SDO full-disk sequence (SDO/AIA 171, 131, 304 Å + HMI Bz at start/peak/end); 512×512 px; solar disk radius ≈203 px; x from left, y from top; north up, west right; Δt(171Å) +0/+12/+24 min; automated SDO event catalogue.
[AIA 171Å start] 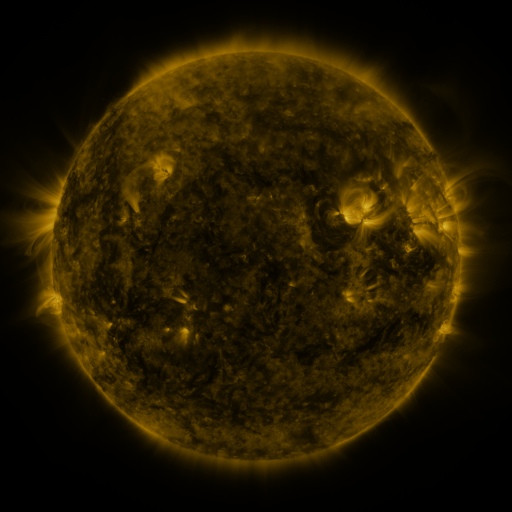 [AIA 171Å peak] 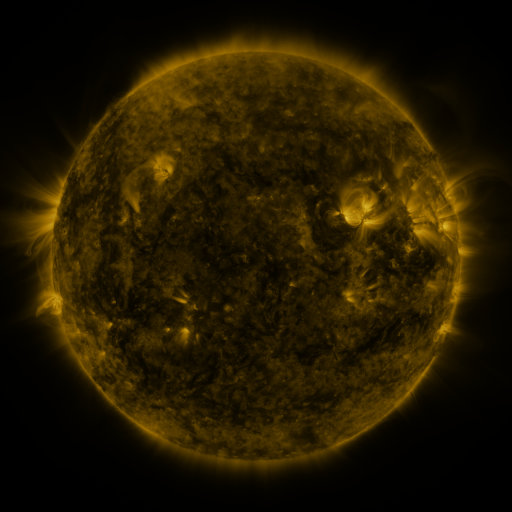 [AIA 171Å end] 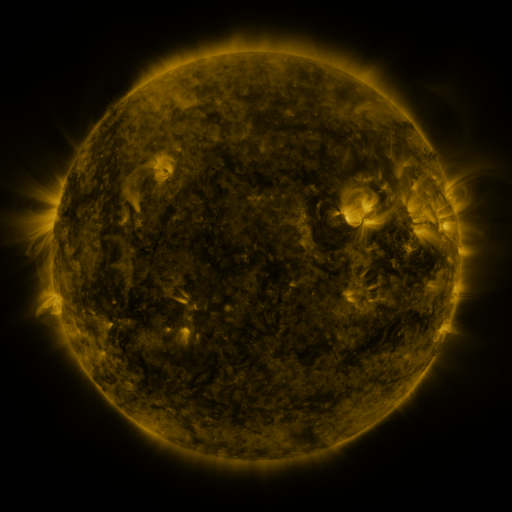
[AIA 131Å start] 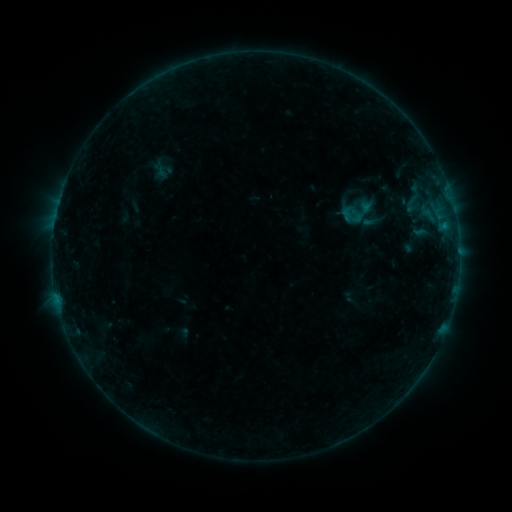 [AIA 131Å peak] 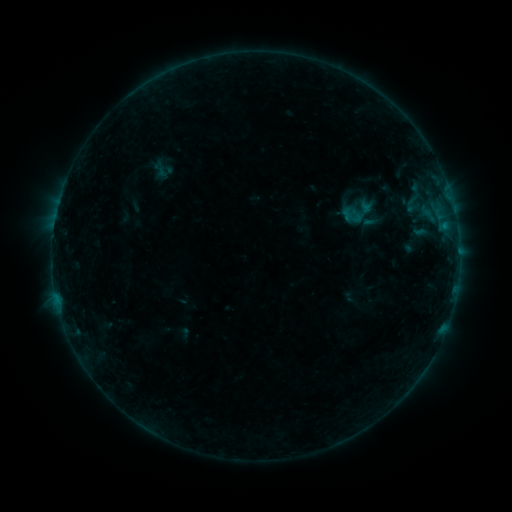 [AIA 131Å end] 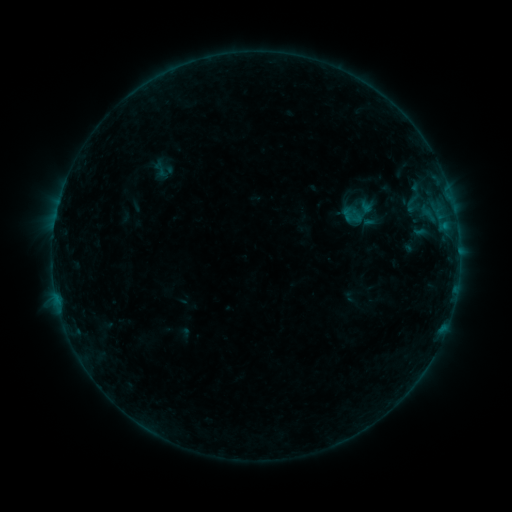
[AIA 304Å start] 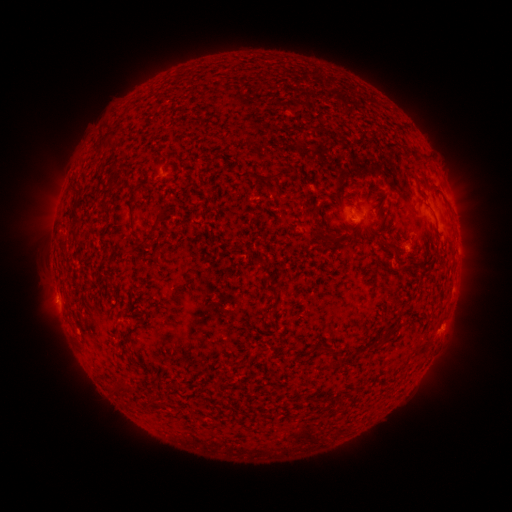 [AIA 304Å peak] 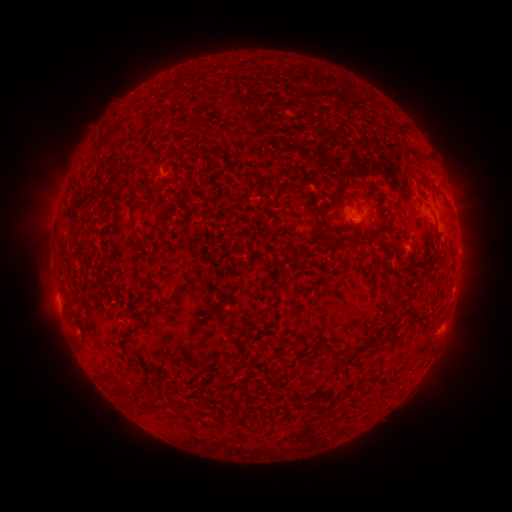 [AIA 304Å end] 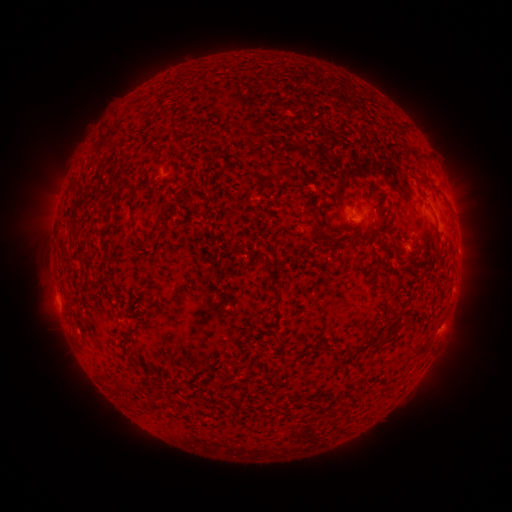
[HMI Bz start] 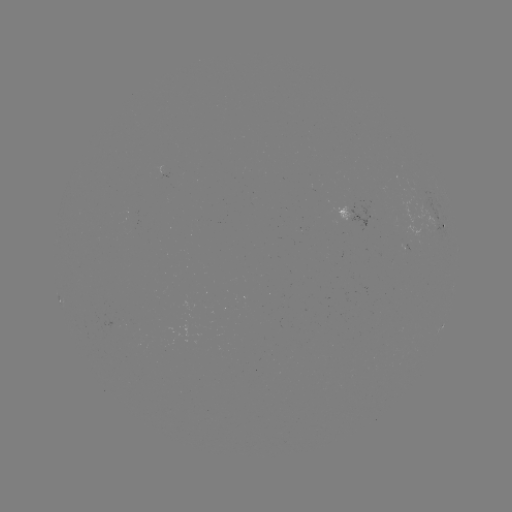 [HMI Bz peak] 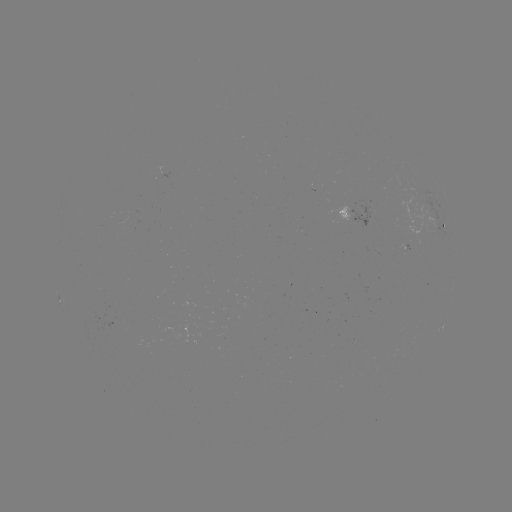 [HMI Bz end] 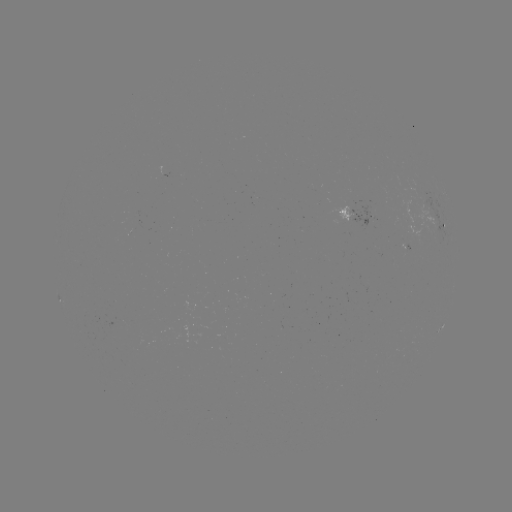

no catalogued flare and no flagged EUV brightening in this window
